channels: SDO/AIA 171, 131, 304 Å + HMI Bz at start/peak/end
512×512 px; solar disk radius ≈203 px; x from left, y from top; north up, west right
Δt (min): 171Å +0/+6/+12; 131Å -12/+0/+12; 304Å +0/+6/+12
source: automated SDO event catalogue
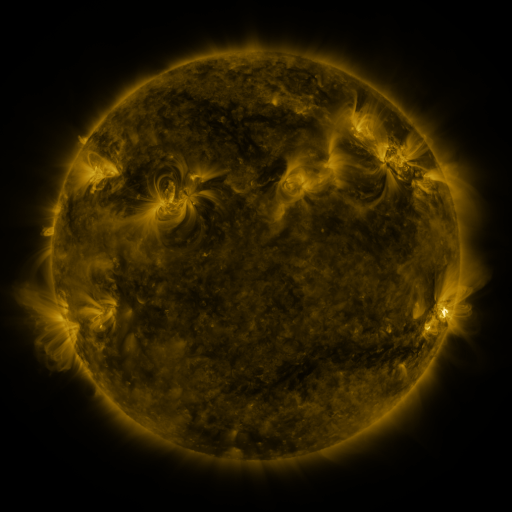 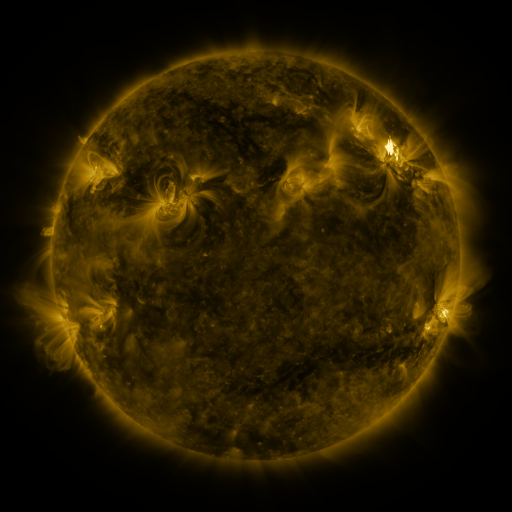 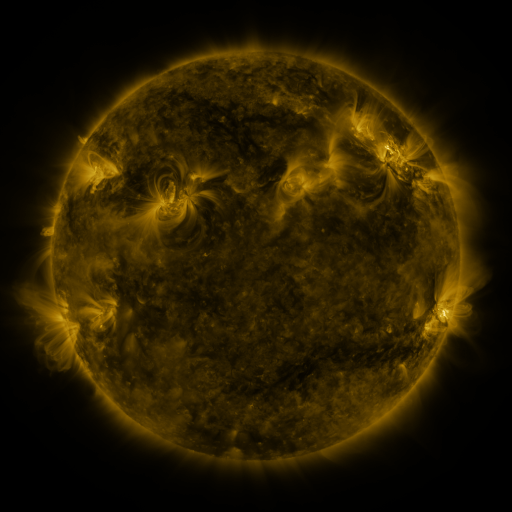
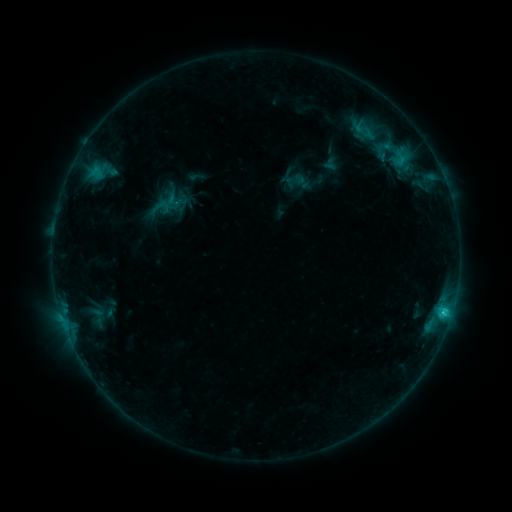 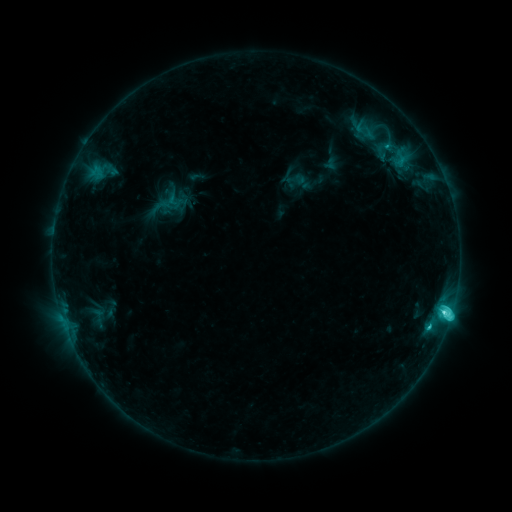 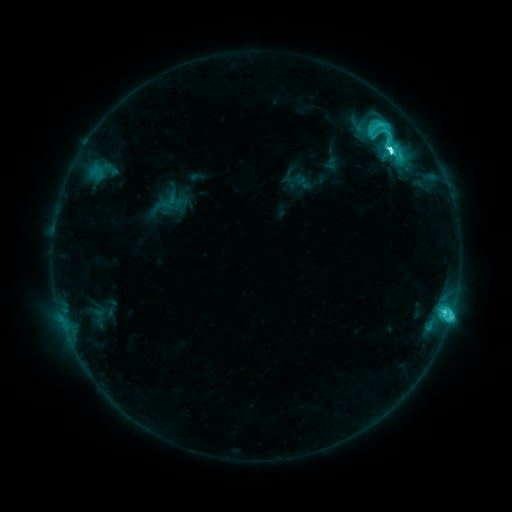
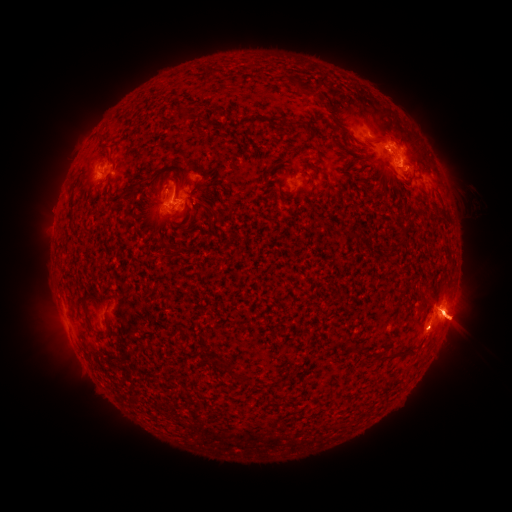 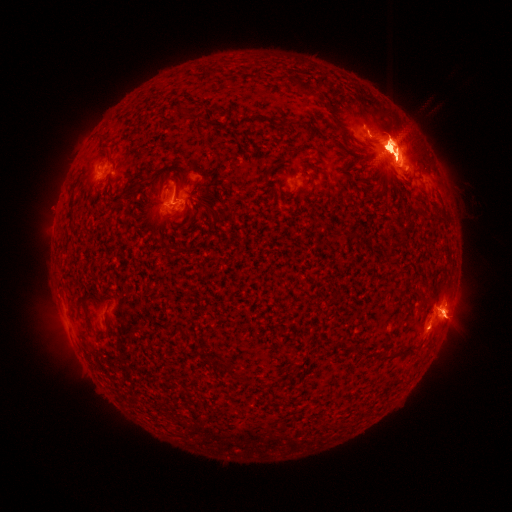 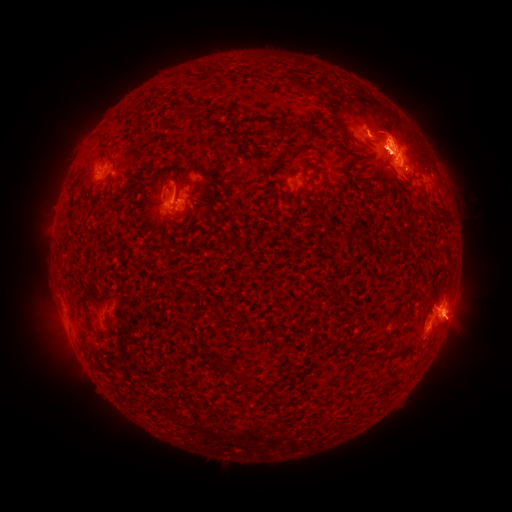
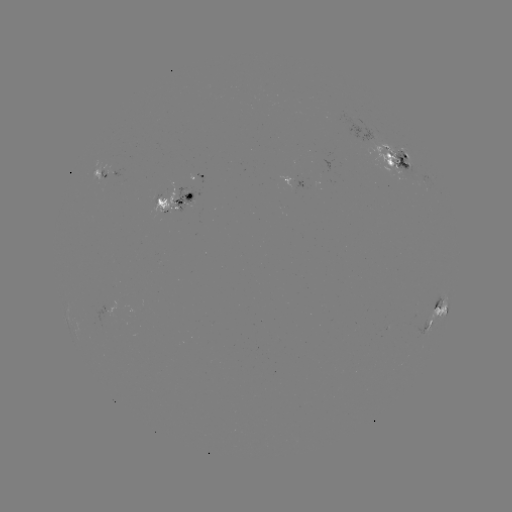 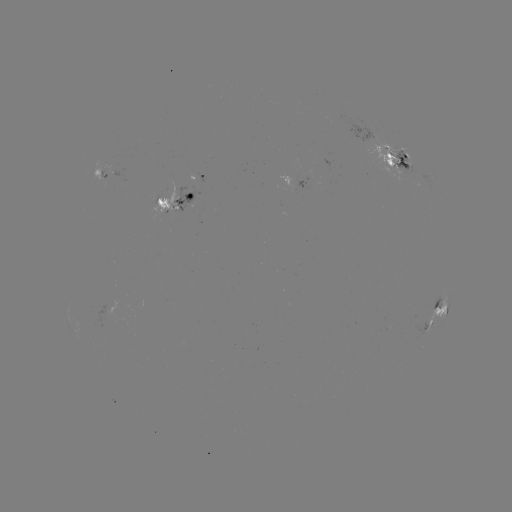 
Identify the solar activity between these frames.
eruption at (91, 219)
